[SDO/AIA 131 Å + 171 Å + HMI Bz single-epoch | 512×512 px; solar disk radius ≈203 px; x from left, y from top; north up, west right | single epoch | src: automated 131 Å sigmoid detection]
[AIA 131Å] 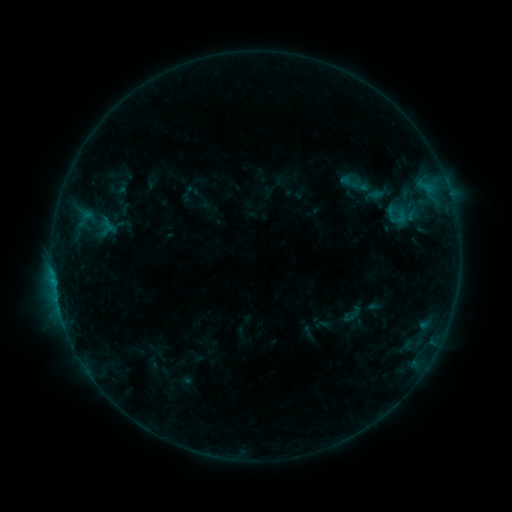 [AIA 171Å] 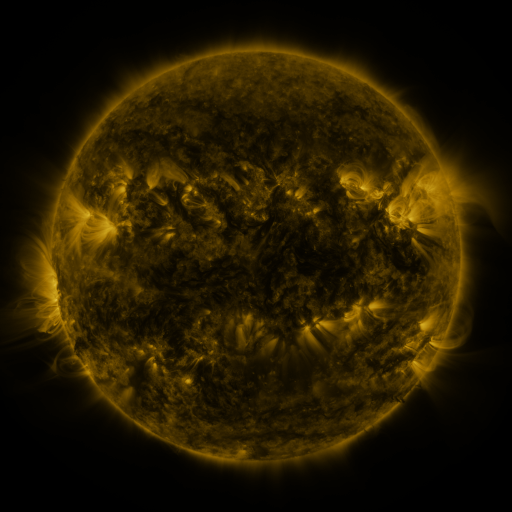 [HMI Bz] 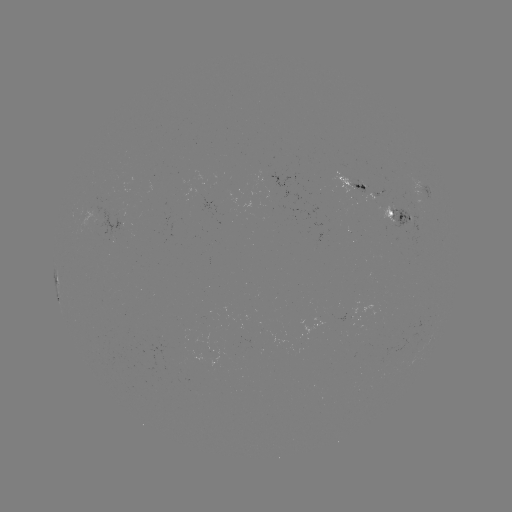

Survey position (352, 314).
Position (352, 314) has sigmoid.